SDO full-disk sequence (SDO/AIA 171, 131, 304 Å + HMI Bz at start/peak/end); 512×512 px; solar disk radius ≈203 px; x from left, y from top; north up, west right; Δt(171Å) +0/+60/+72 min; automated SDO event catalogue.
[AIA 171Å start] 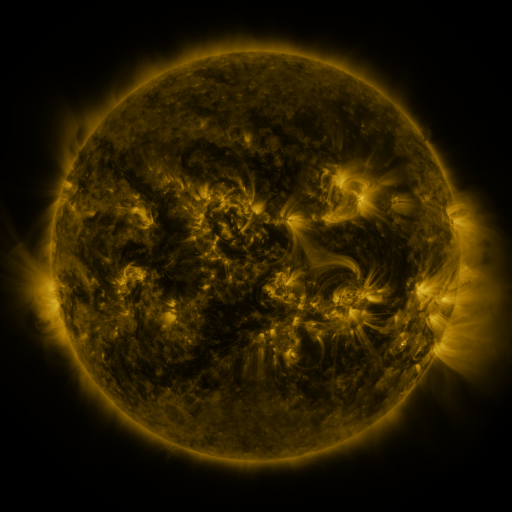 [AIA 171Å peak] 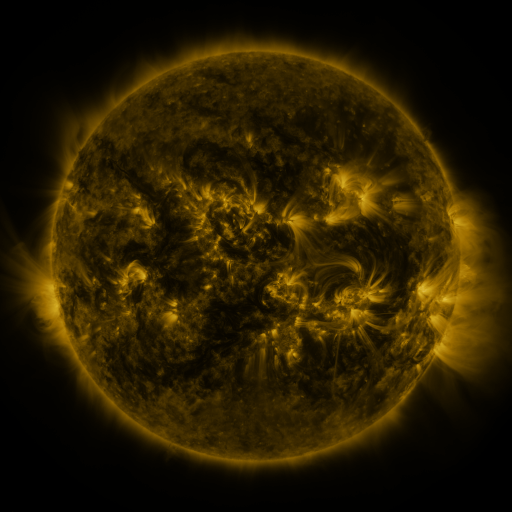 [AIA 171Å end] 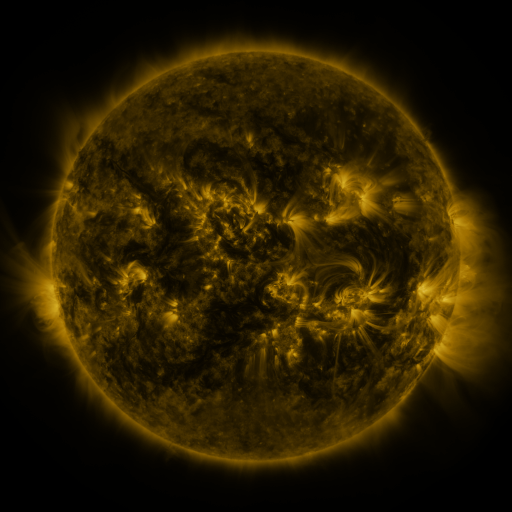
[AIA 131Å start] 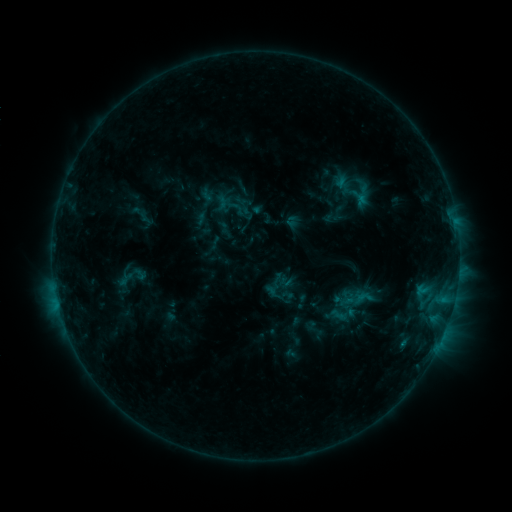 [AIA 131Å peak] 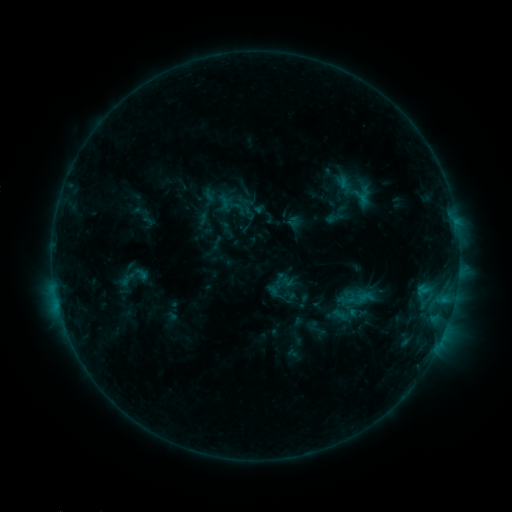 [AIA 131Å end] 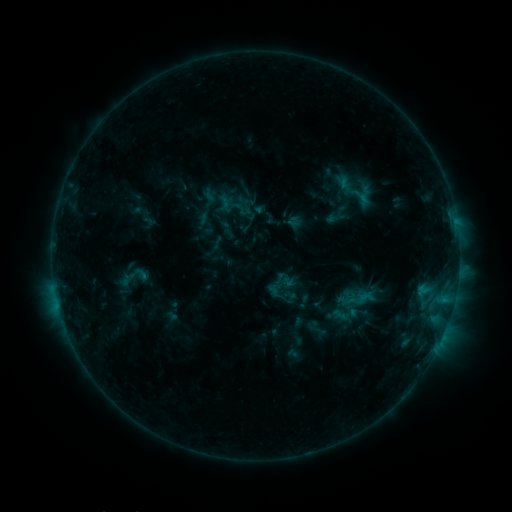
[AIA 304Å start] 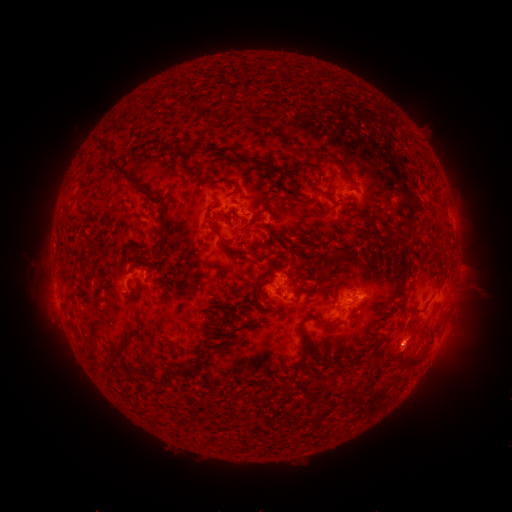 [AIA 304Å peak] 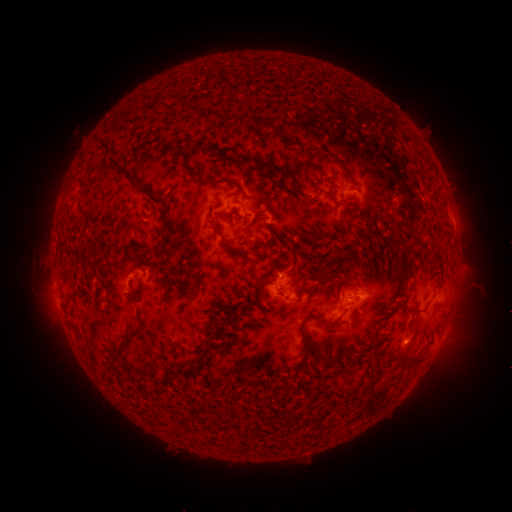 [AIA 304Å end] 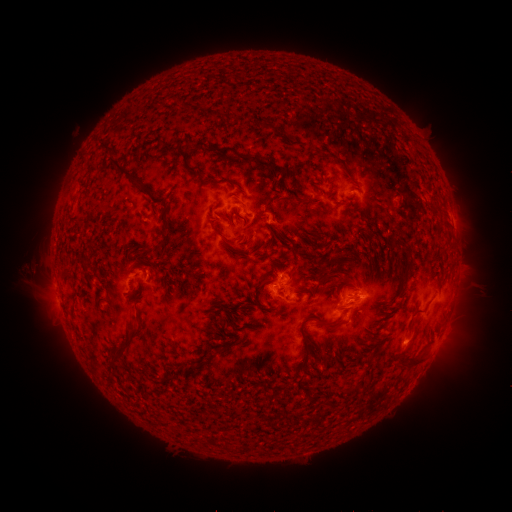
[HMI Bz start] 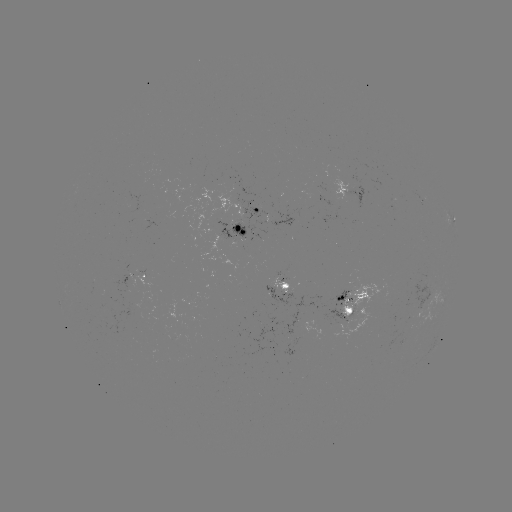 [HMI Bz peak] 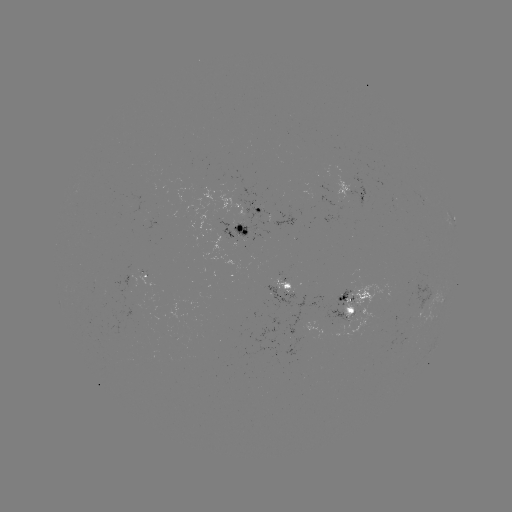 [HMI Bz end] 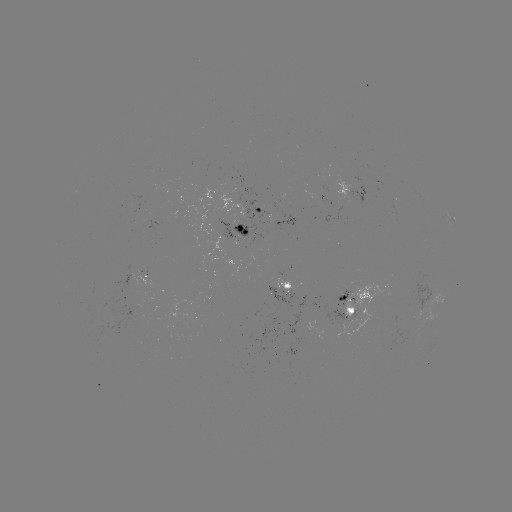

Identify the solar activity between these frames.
emerging-flux region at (406, 339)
